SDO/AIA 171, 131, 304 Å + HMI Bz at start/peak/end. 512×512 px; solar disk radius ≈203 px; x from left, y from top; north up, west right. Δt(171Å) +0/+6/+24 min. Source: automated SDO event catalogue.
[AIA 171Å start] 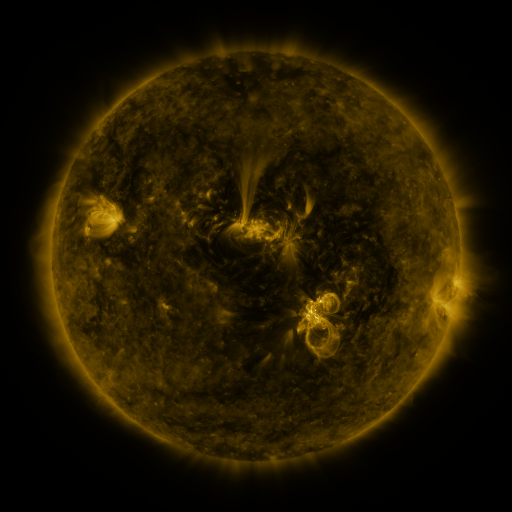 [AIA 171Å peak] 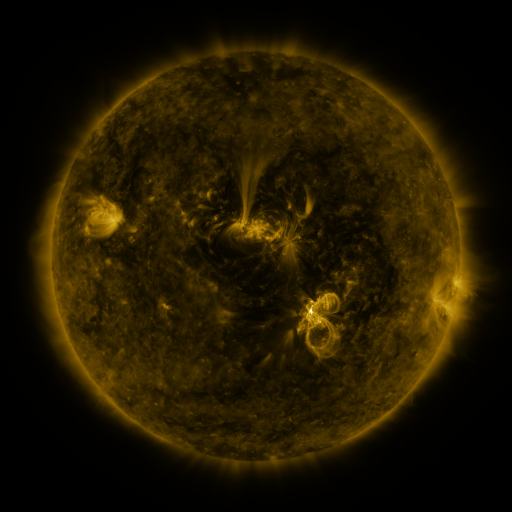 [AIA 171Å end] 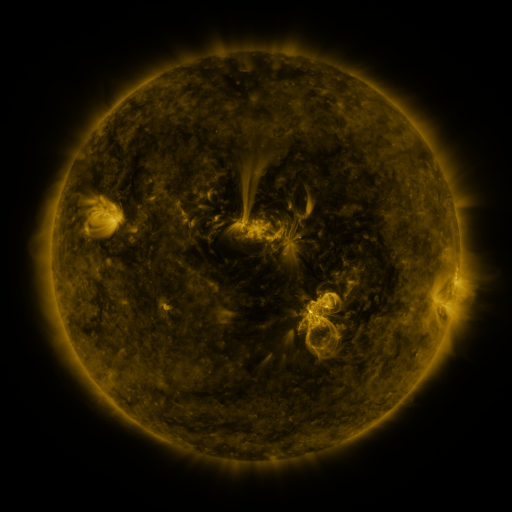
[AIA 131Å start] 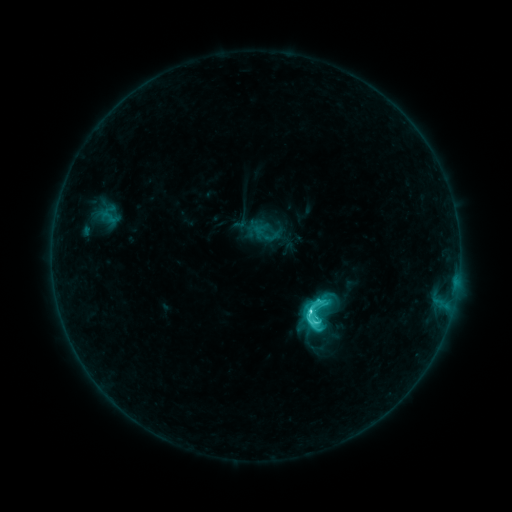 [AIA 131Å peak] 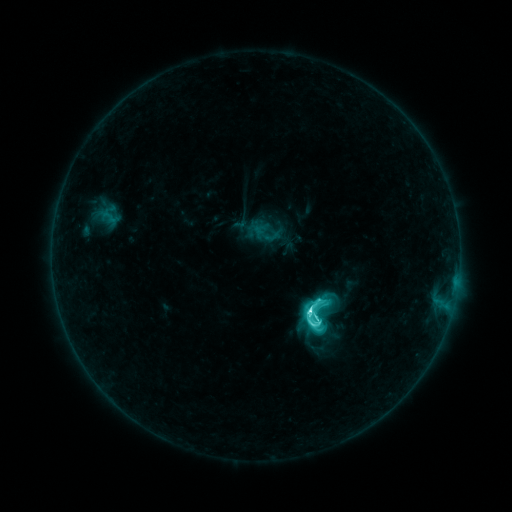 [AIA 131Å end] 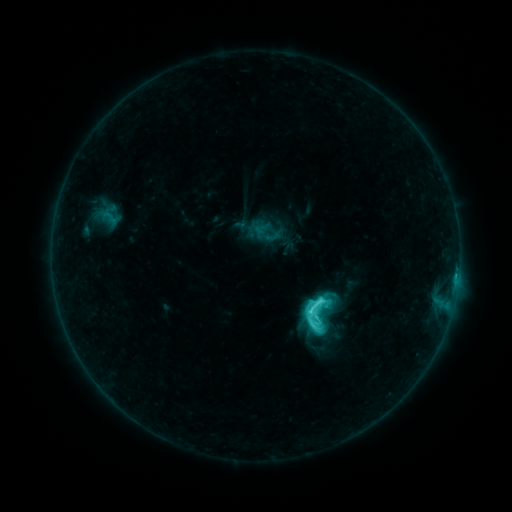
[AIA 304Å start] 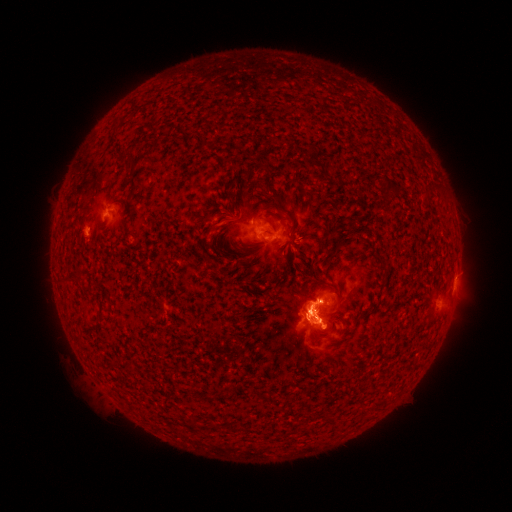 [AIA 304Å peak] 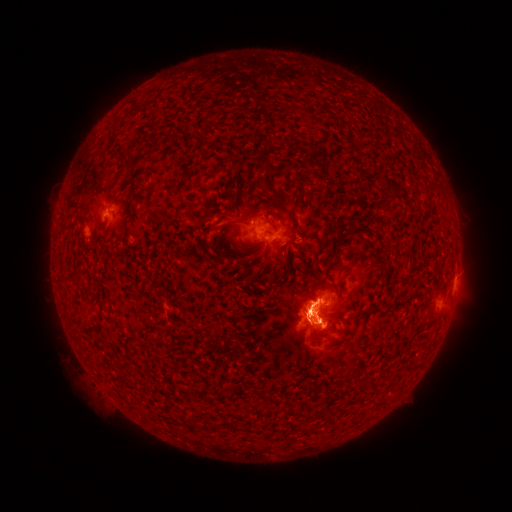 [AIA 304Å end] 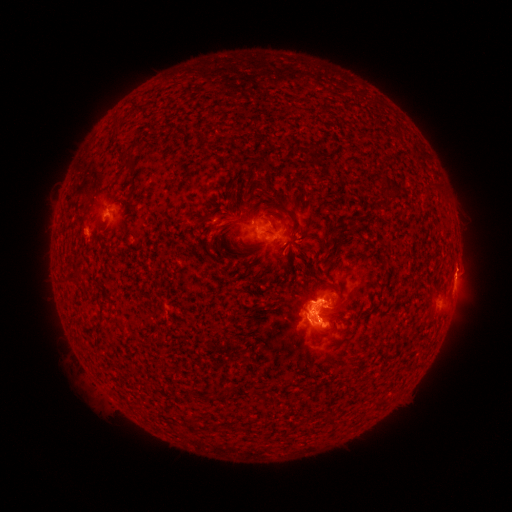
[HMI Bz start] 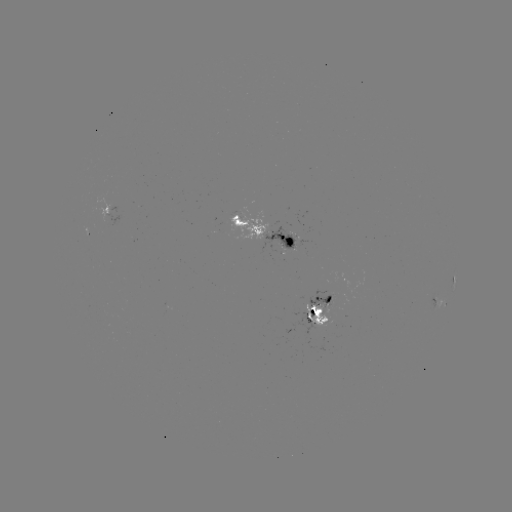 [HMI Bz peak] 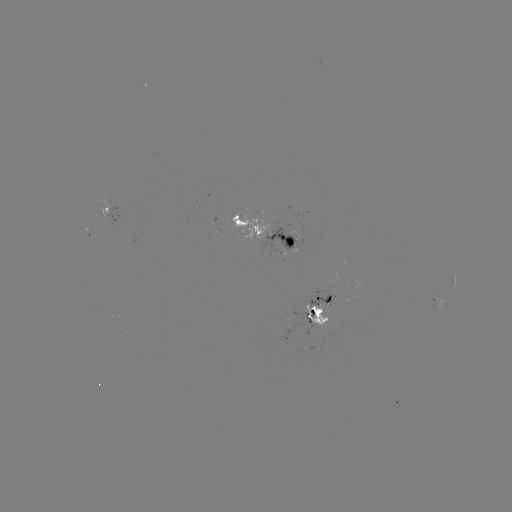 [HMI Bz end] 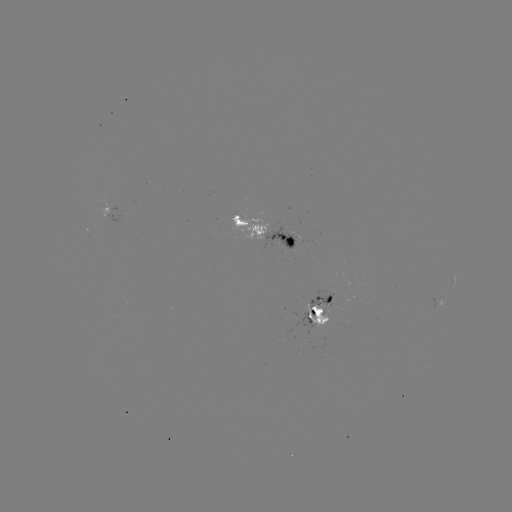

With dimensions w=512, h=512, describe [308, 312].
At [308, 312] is M1.0 flare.